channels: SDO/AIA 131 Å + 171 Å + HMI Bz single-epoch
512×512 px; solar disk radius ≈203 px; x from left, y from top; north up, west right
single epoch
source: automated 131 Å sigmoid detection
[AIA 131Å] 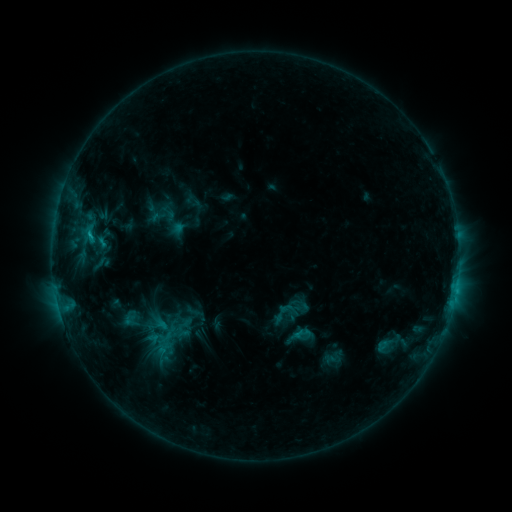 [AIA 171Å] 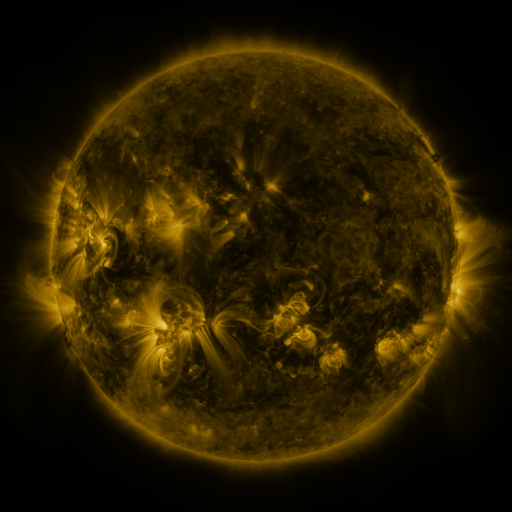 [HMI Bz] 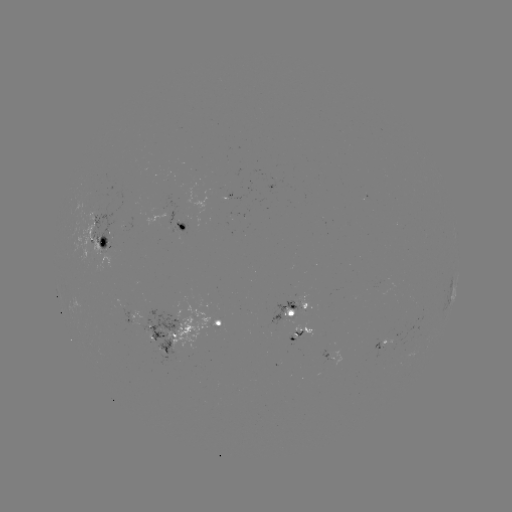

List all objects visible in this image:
sigmoid: [293, 323, 315, 344]
sigmoid: [374, 329, 403, 359]
